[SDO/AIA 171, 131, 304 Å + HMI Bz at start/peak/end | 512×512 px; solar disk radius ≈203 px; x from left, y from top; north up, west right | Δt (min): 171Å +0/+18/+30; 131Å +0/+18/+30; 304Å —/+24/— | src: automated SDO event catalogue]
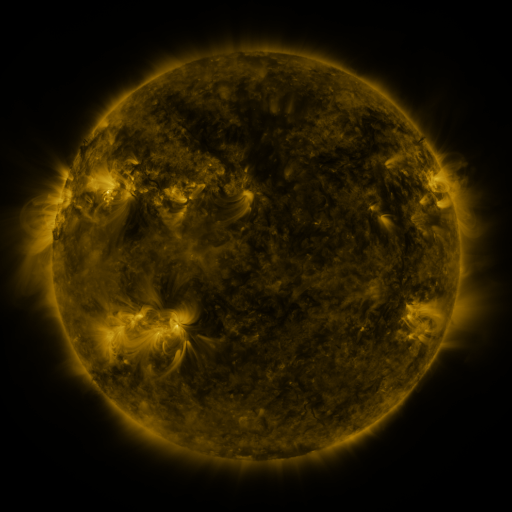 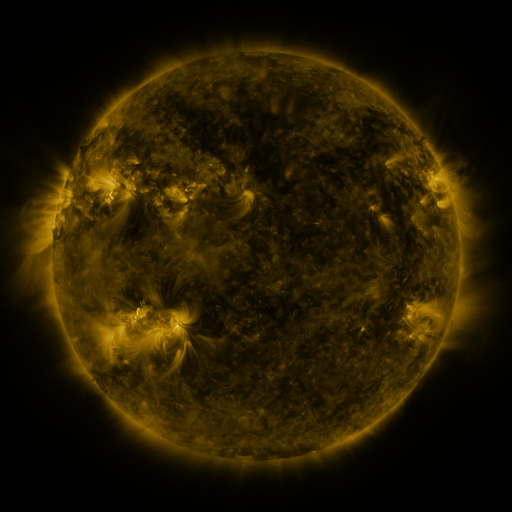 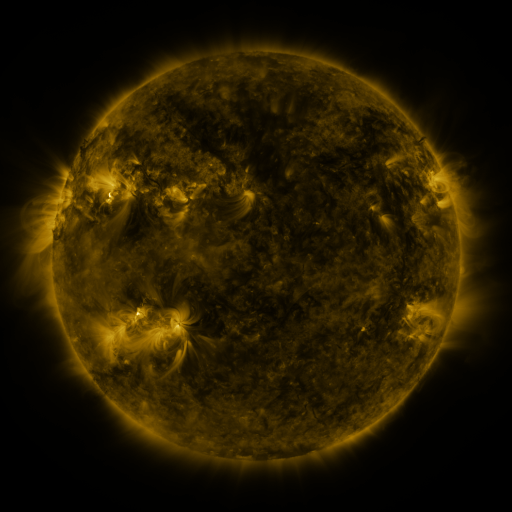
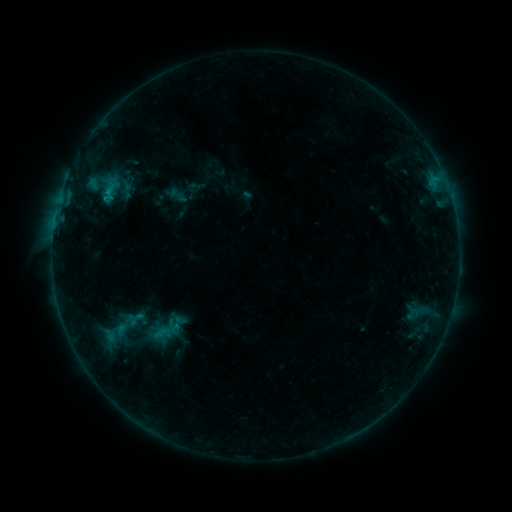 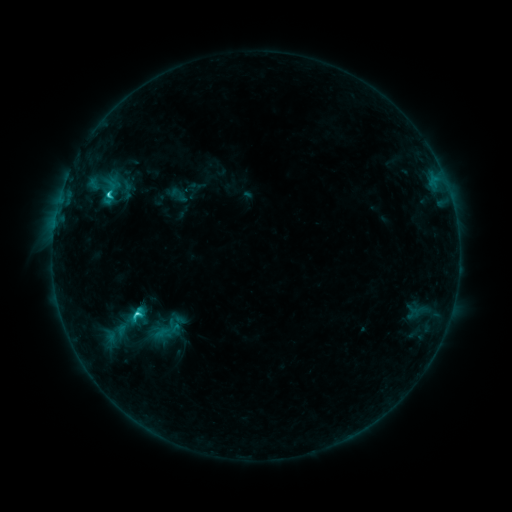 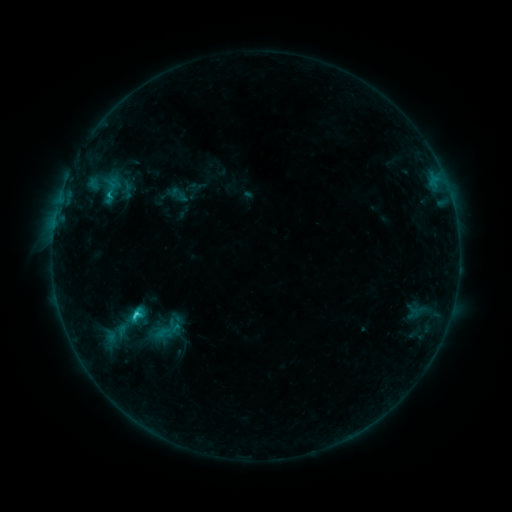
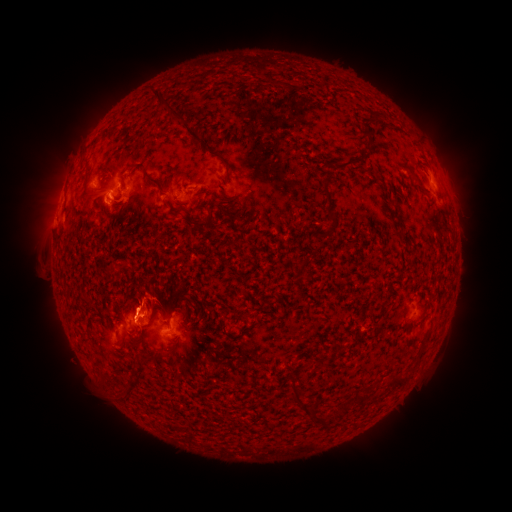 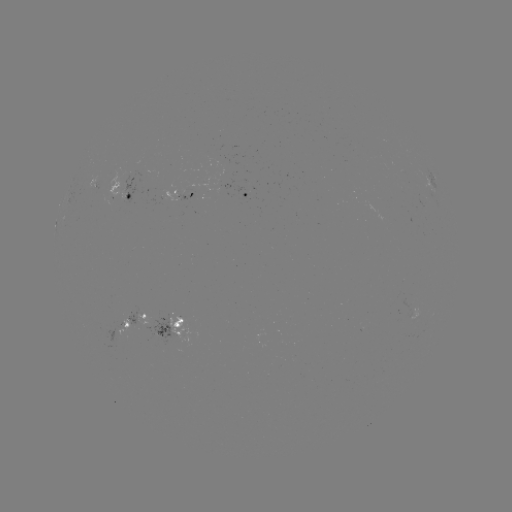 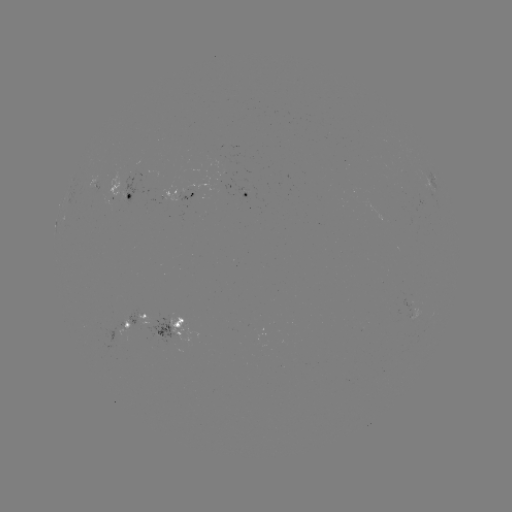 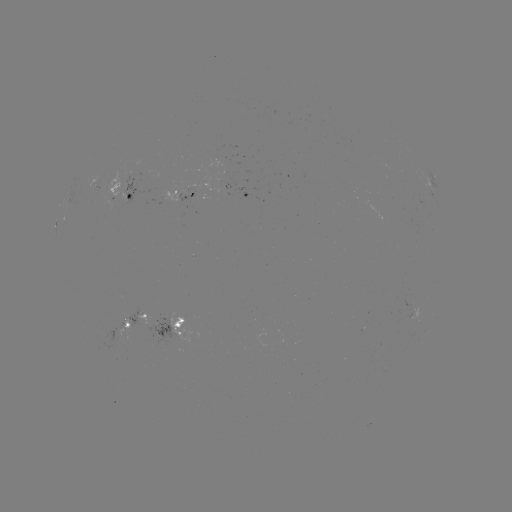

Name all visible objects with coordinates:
C2.6 flare: (110, 198)
